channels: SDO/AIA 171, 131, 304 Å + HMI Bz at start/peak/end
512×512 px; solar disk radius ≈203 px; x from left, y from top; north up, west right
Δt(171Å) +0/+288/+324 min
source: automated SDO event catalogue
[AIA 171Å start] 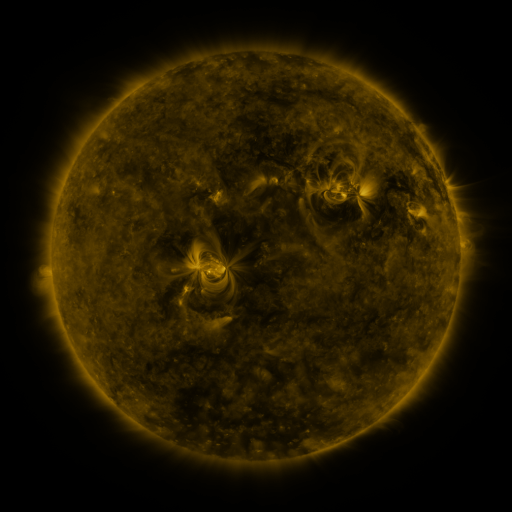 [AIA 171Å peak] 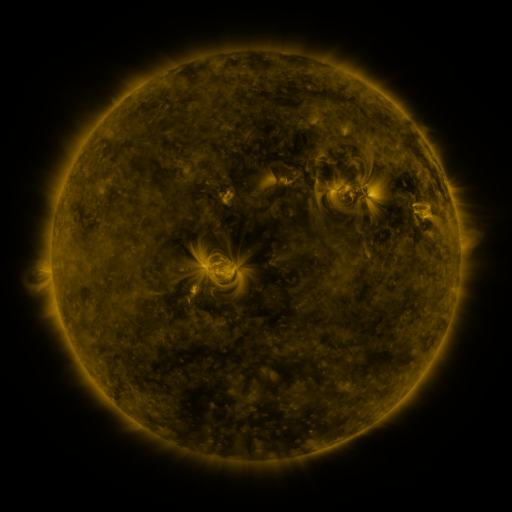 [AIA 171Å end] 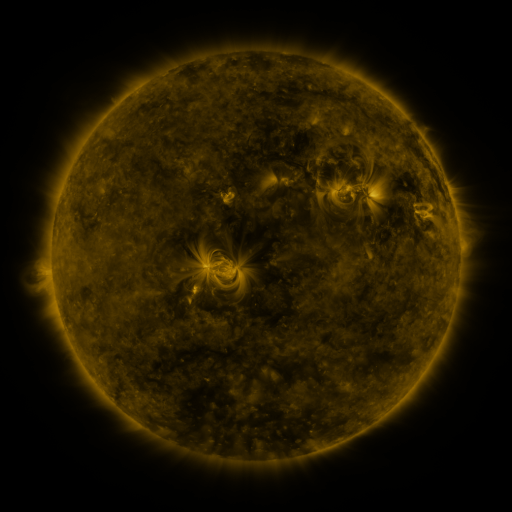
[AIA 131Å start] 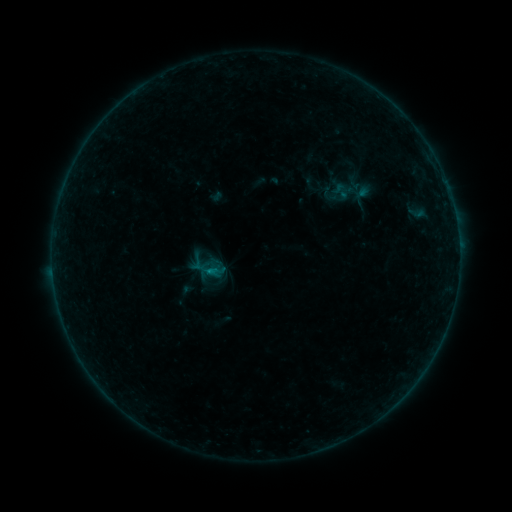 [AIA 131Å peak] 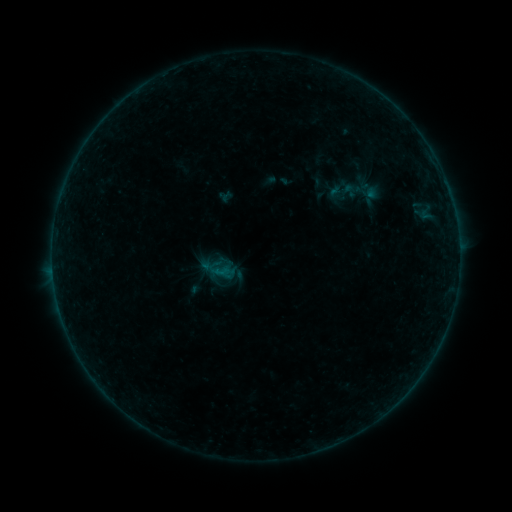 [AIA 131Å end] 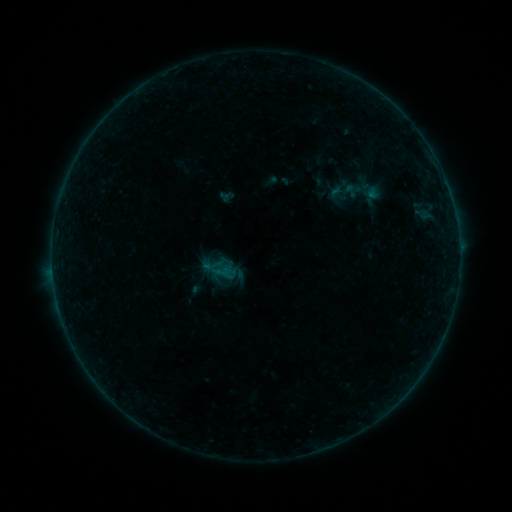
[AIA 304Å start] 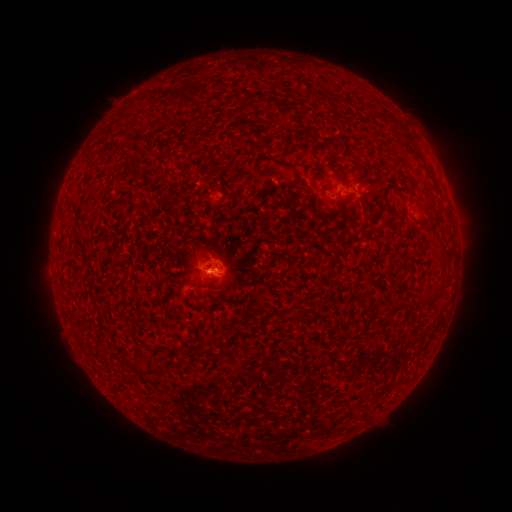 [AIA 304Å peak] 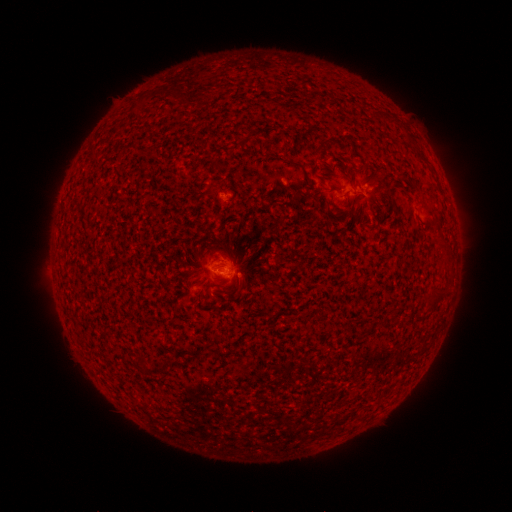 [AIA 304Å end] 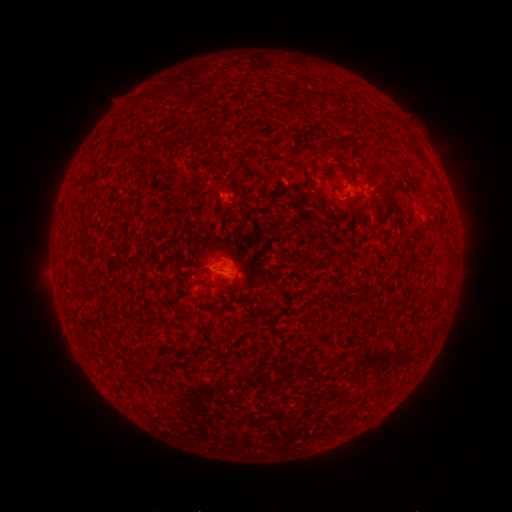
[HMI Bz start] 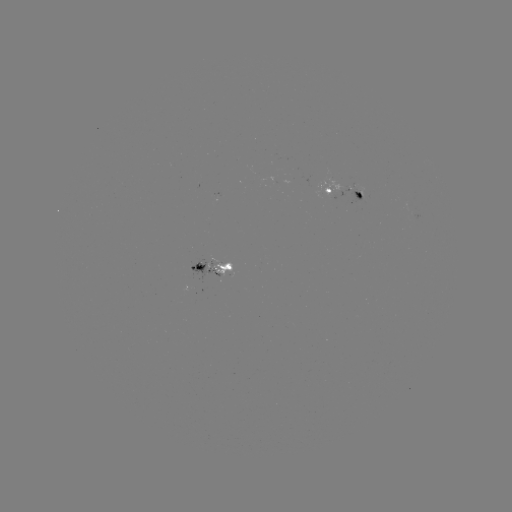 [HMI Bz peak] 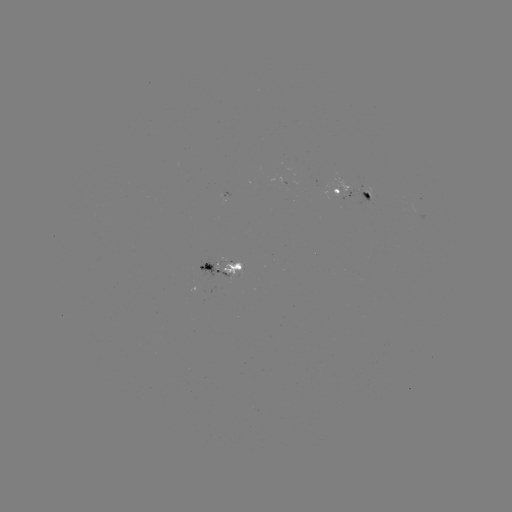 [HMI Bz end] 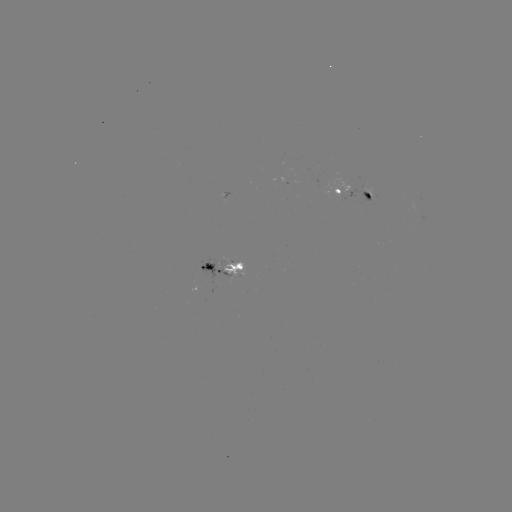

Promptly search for emerging-flux region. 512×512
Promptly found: [361, 192].